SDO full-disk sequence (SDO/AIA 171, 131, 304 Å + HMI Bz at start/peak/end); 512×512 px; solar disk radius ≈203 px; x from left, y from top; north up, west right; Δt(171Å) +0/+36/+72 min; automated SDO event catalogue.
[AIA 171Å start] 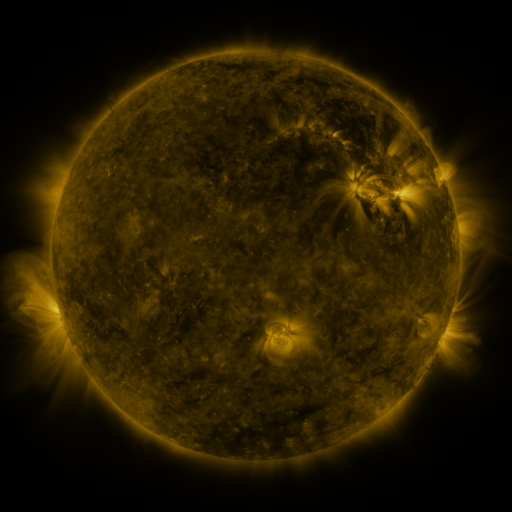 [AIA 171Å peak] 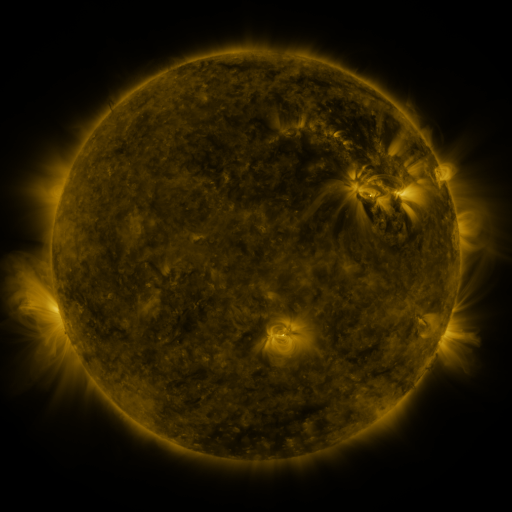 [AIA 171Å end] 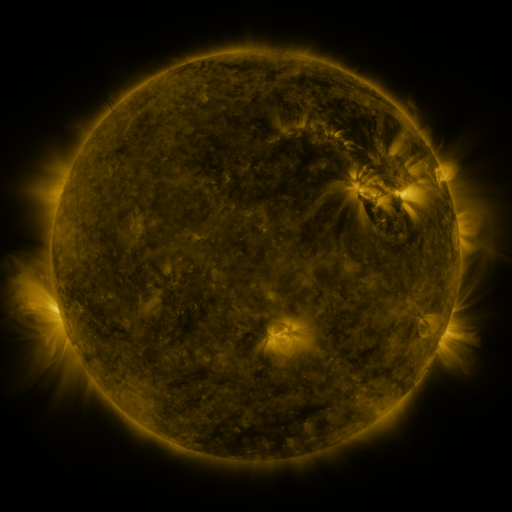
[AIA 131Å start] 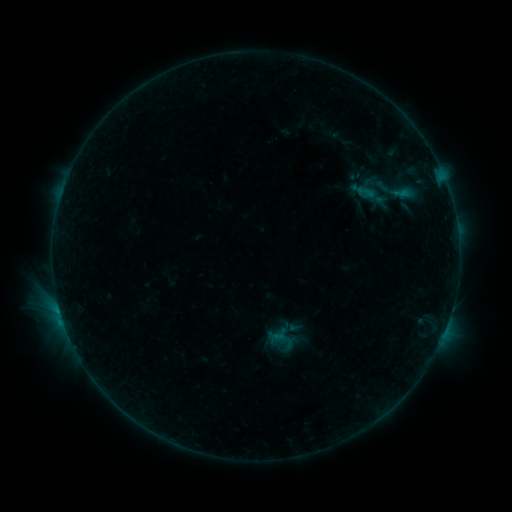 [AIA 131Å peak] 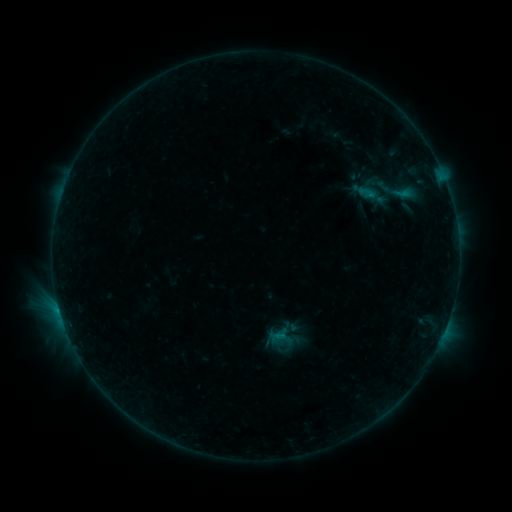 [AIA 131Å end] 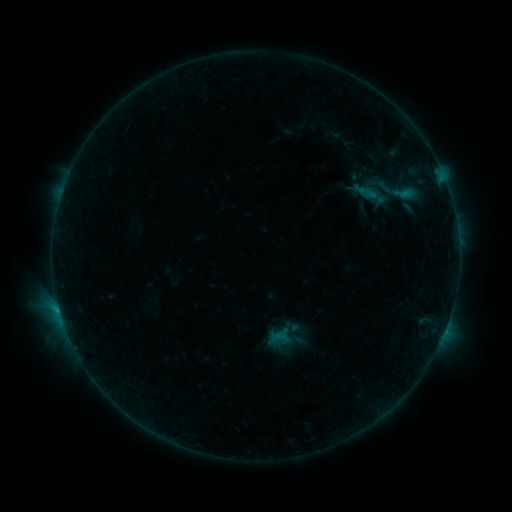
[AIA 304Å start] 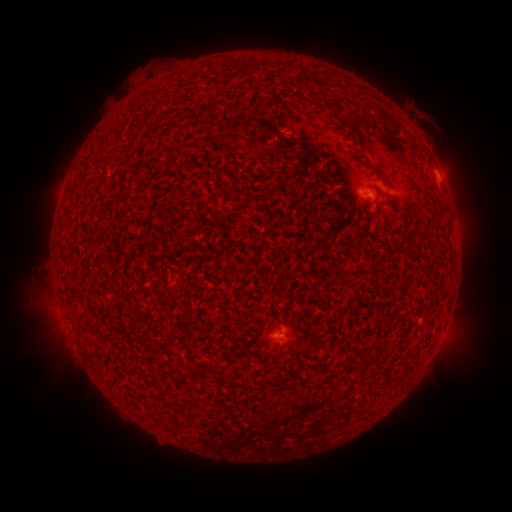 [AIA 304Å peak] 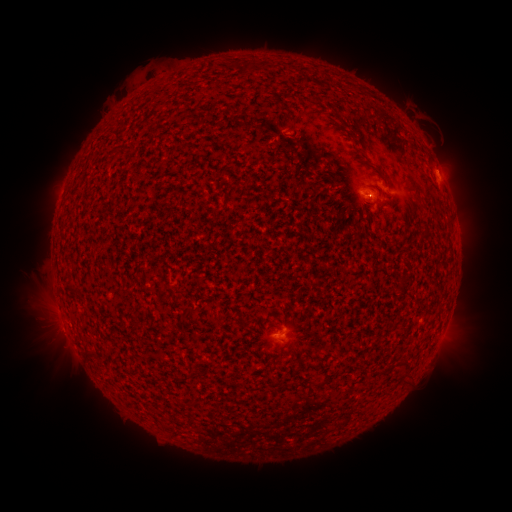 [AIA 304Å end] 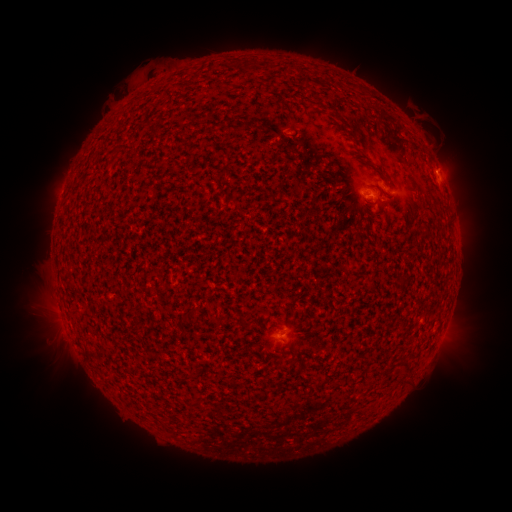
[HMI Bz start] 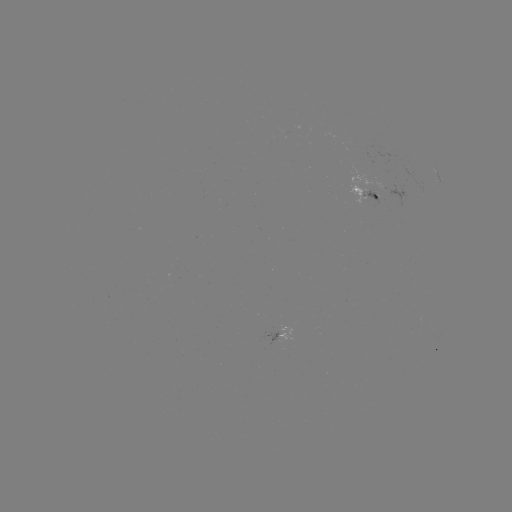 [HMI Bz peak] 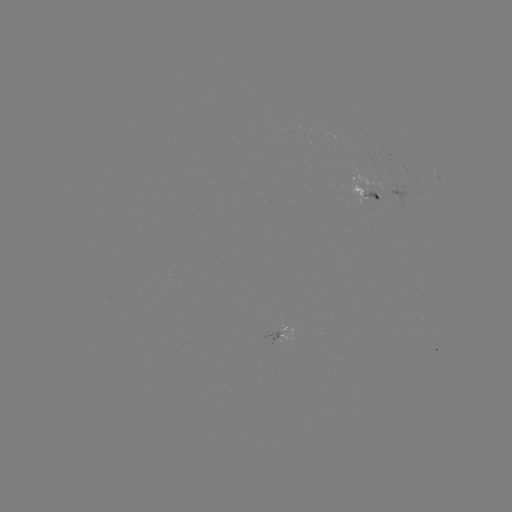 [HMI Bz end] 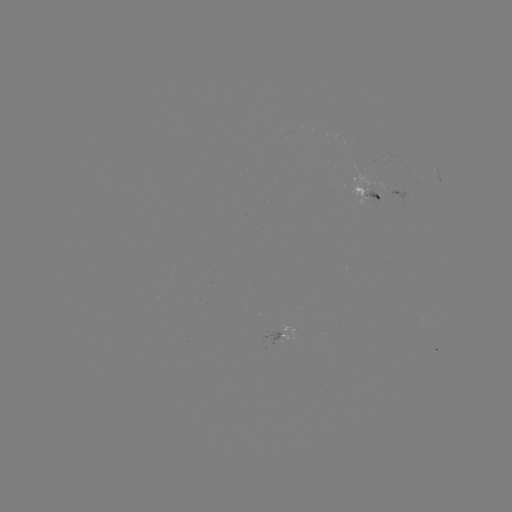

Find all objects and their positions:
emerging-flux region: (361, 192)
